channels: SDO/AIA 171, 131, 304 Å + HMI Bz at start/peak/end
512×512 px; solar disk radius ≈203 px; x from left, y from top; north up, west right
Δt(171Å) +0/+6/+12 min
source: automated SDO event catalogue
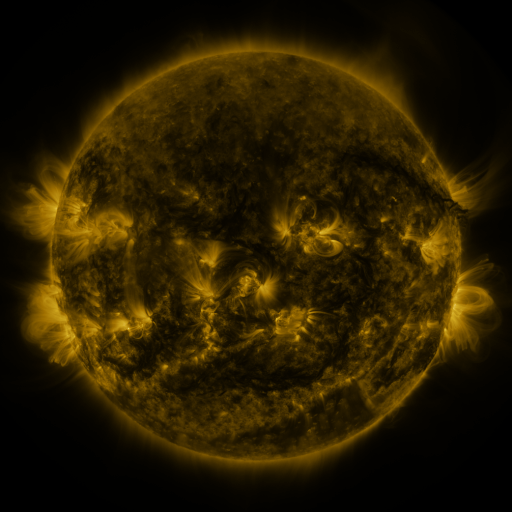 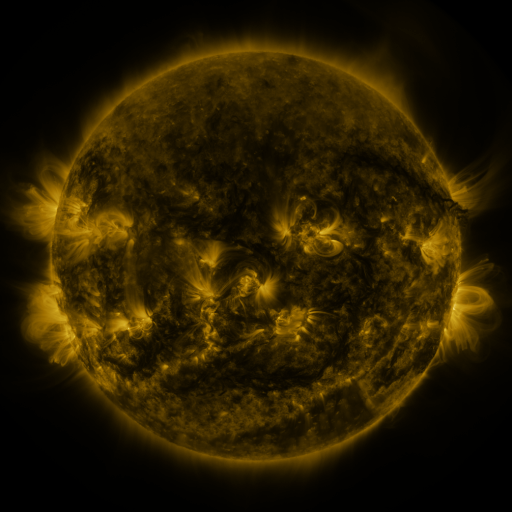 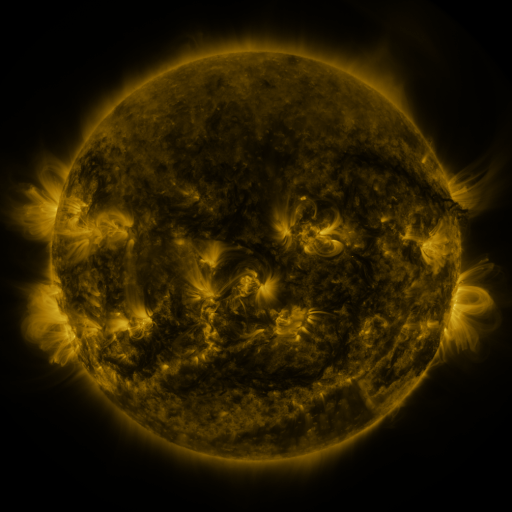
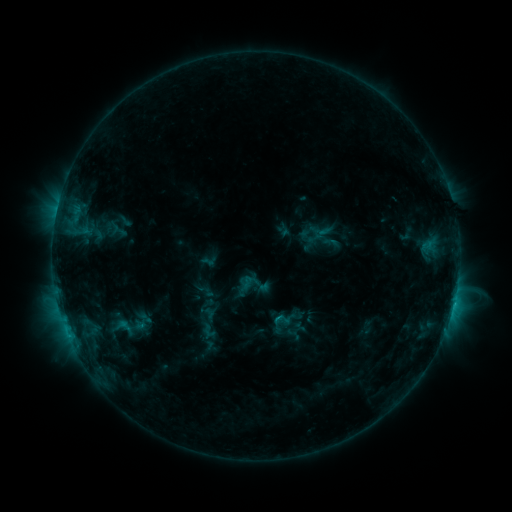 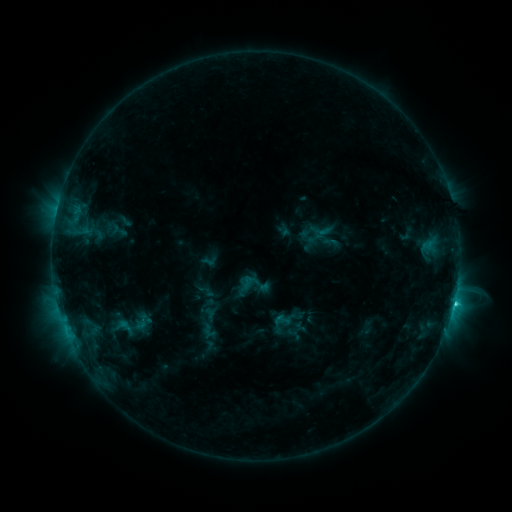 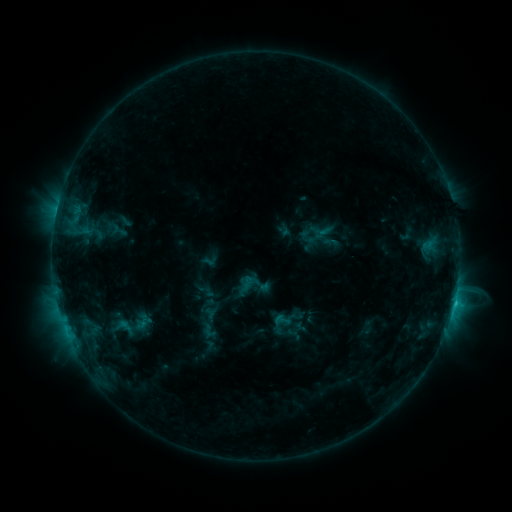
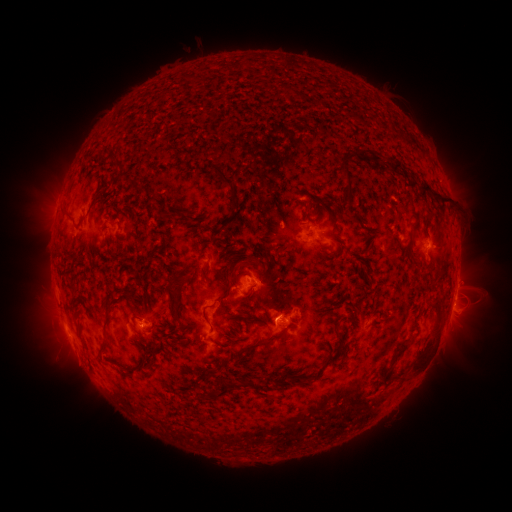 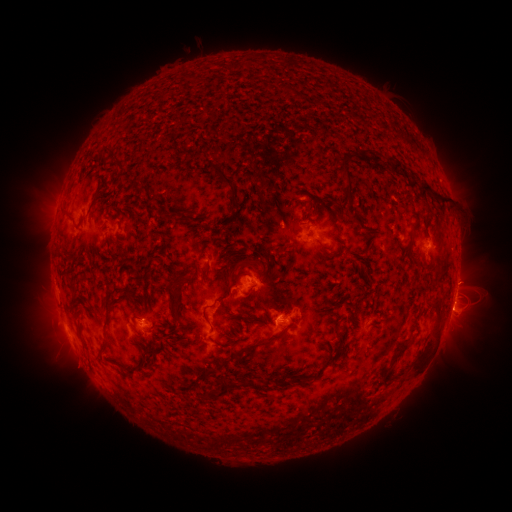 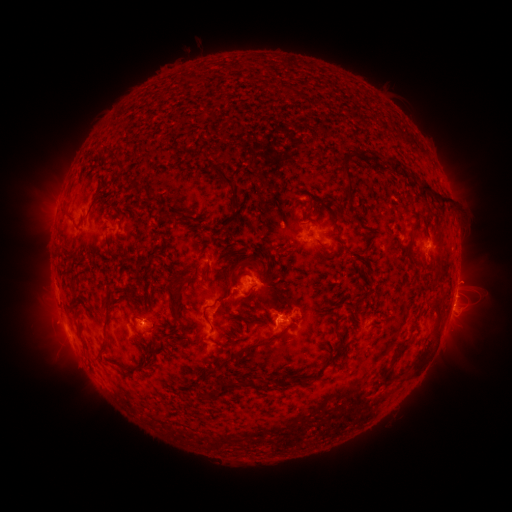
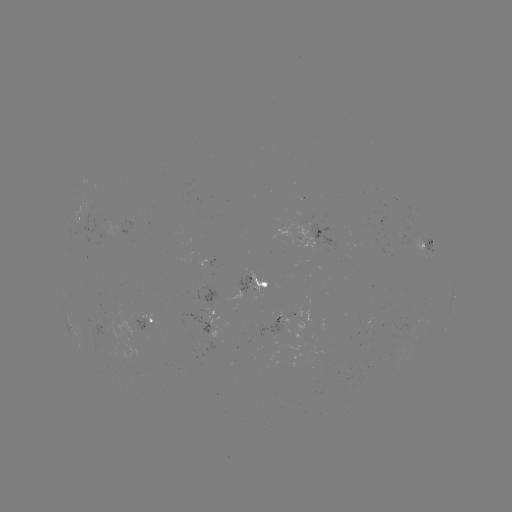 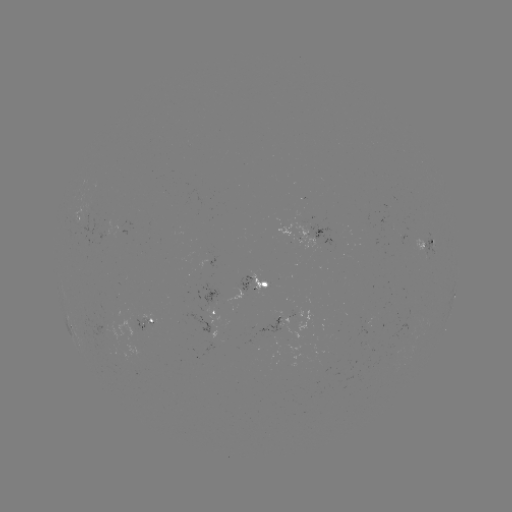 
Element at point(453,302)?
C2.2 flare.